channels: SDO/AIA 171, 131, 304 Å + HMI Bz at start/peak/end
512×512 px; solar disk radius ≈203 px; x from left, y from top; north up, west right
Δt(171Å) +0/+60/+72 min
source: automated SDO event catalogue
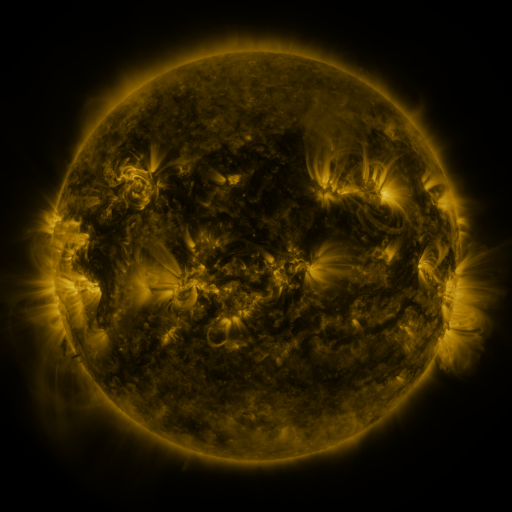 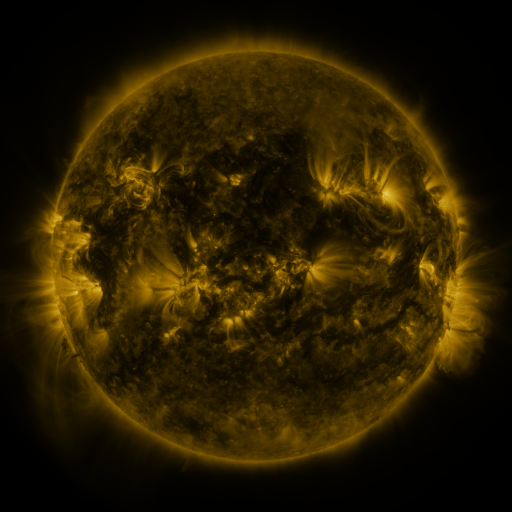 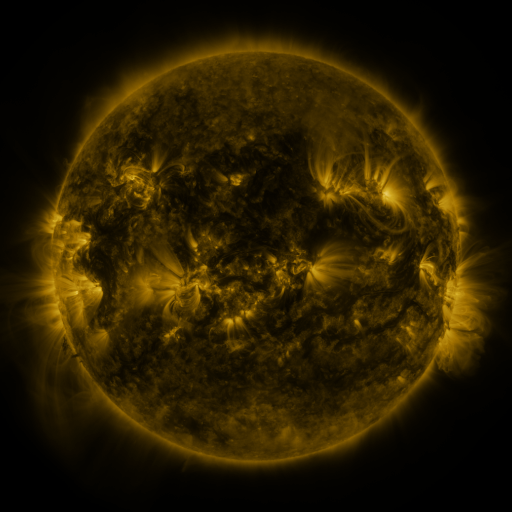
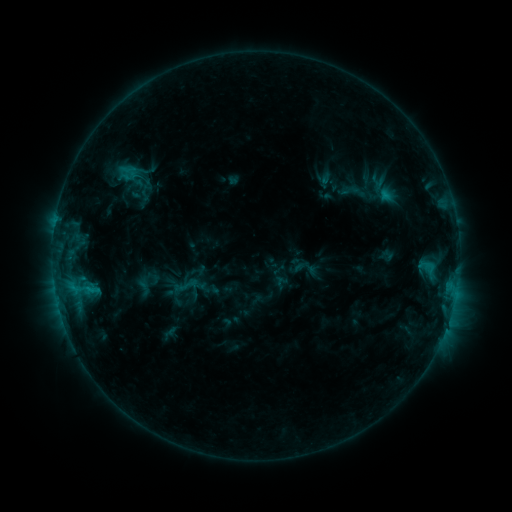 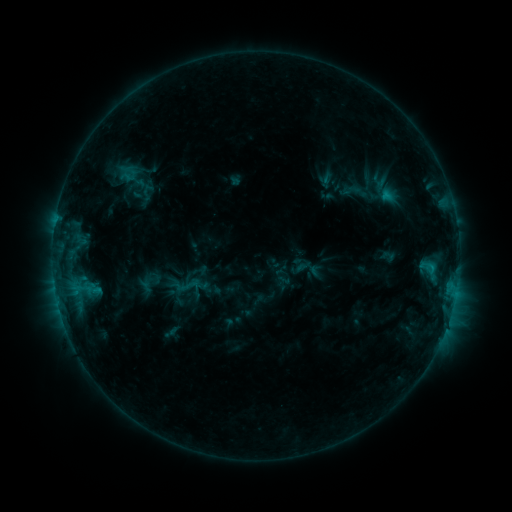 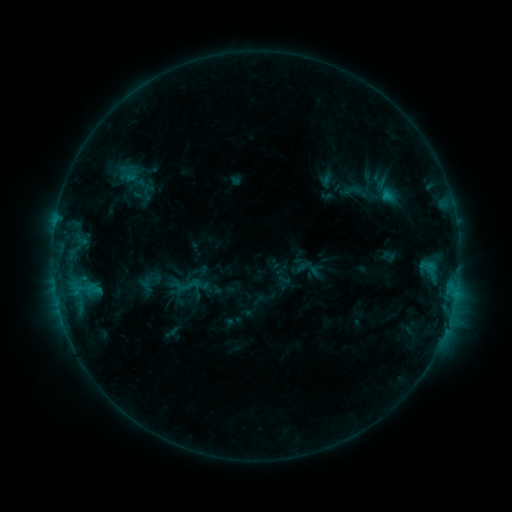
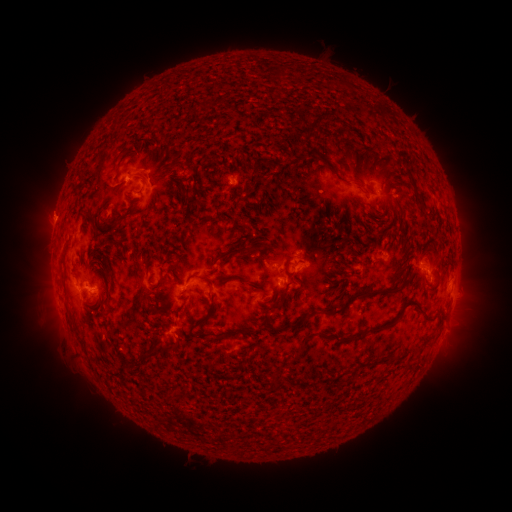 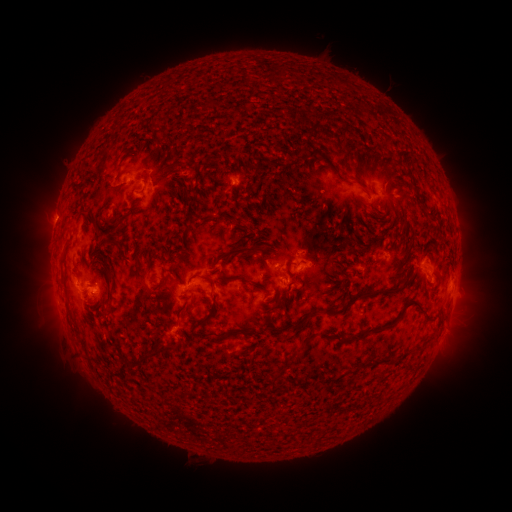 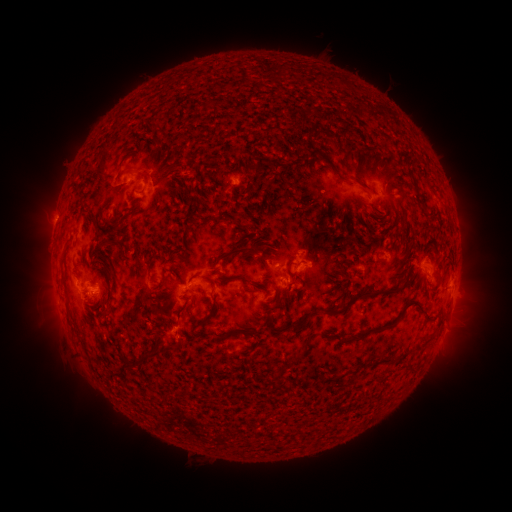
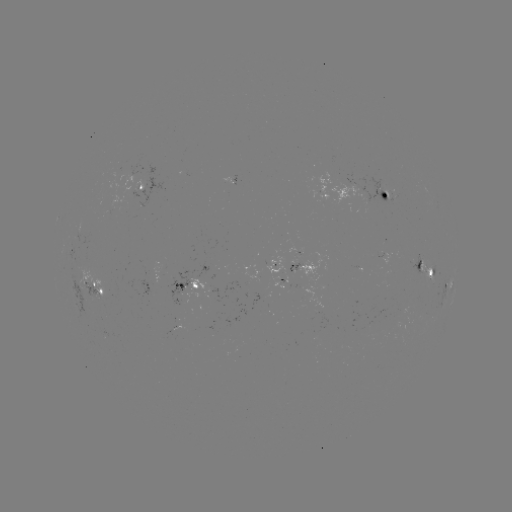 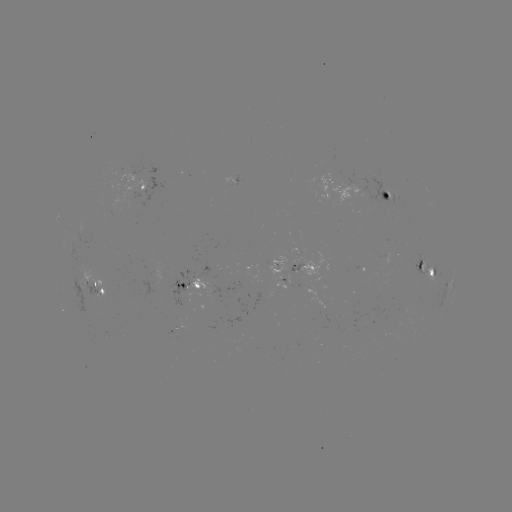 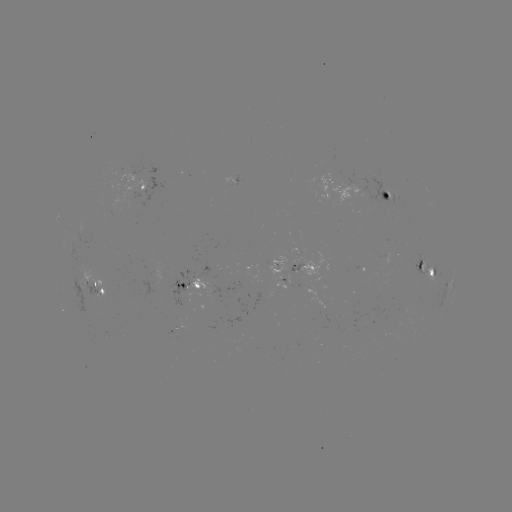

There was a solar emerging-flux region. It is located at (358, 186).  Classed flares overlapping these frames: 1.